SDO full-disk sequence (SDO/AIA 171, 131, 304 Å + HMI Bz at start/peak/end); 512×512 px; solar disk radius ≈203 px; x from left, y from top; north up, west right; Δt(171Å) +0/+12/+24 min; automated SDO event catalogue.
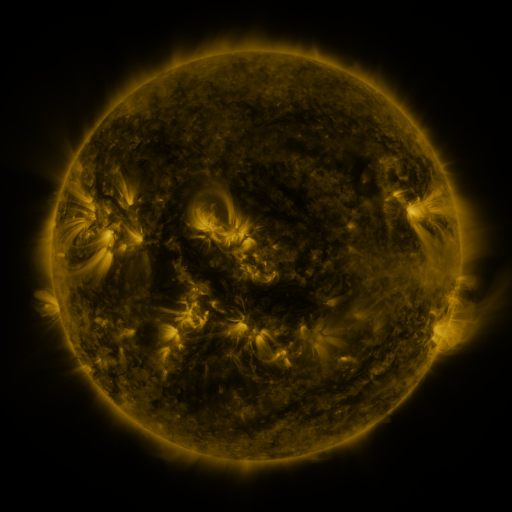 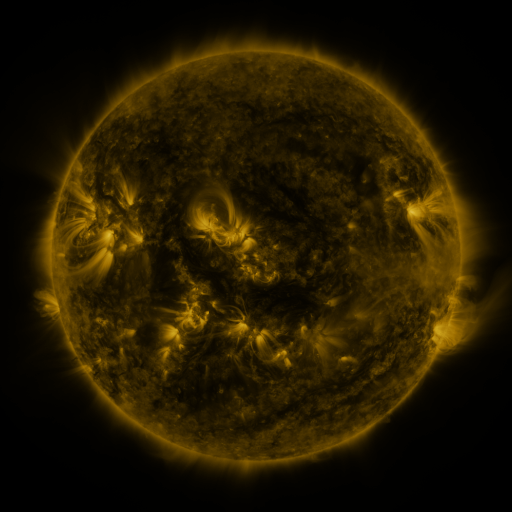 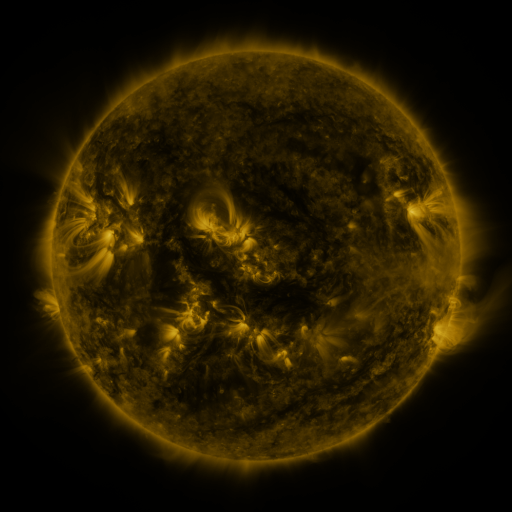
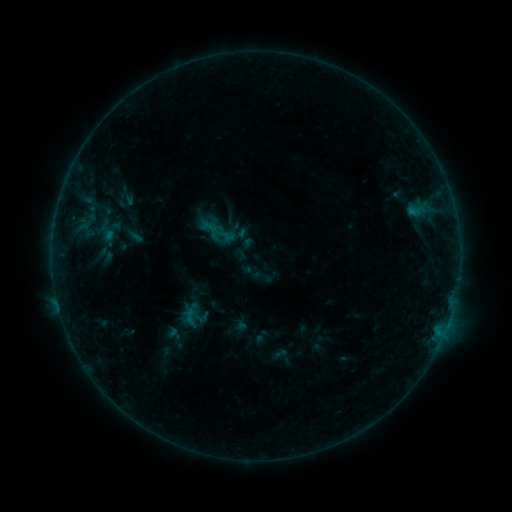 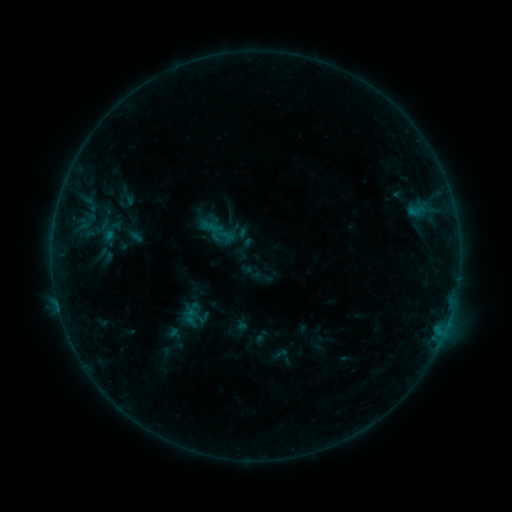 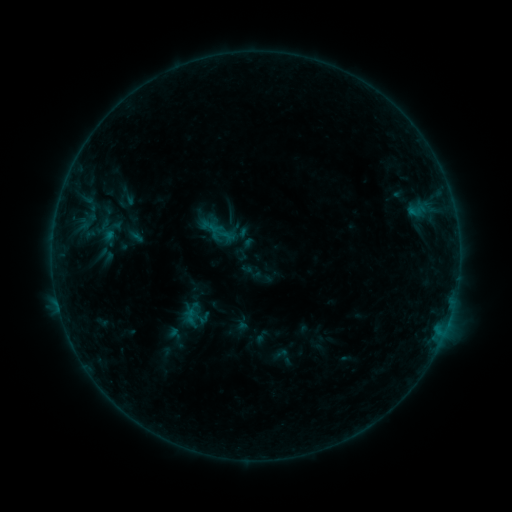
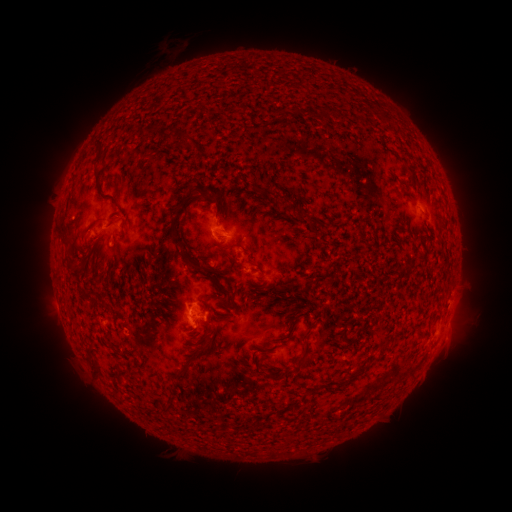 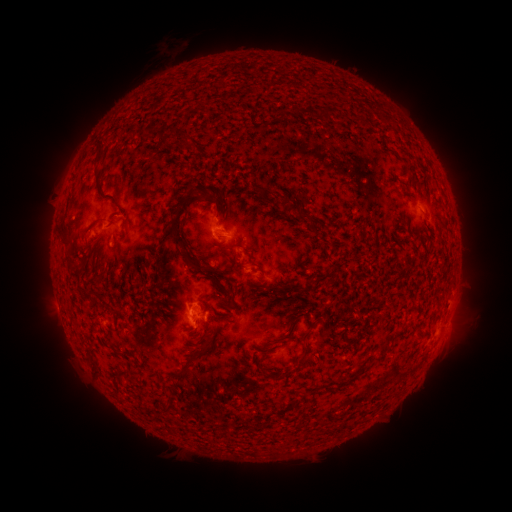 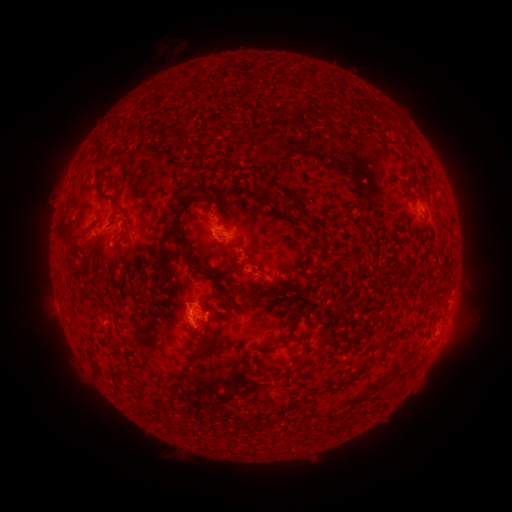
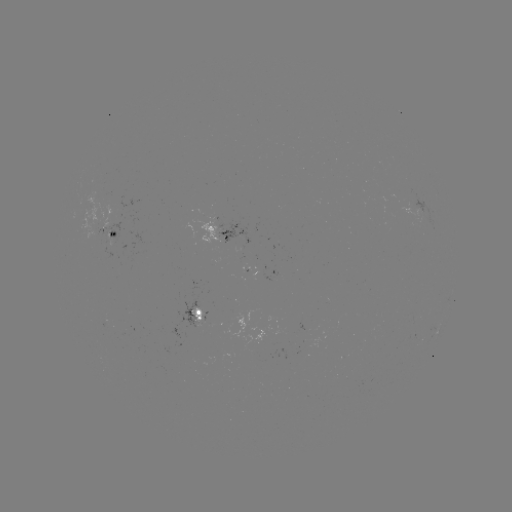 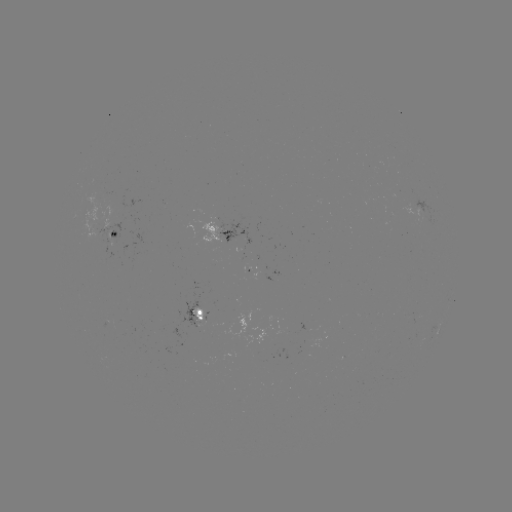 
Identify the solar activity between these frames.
no flare in any classed list; no EUV-trigger detection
